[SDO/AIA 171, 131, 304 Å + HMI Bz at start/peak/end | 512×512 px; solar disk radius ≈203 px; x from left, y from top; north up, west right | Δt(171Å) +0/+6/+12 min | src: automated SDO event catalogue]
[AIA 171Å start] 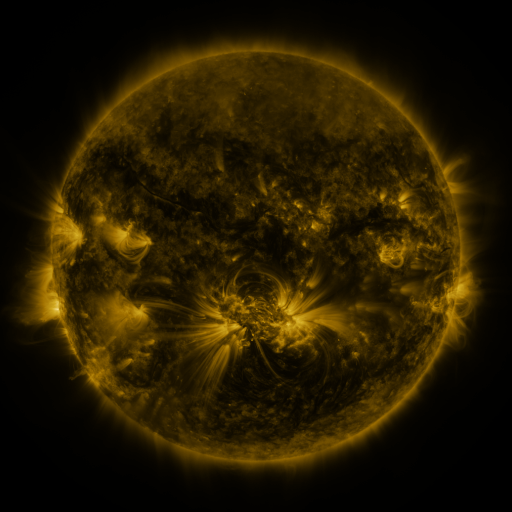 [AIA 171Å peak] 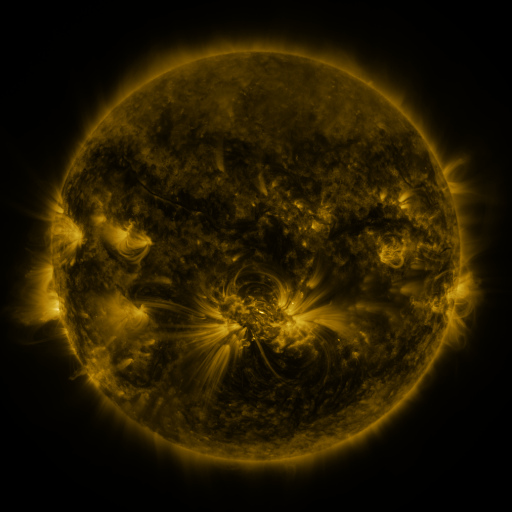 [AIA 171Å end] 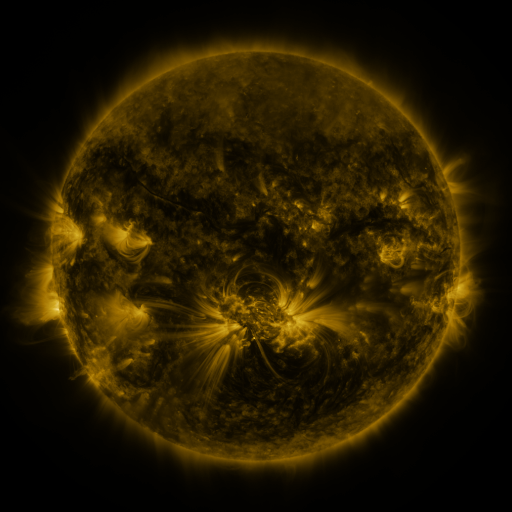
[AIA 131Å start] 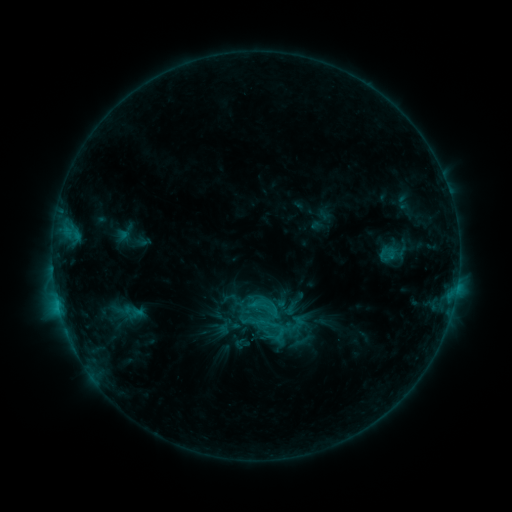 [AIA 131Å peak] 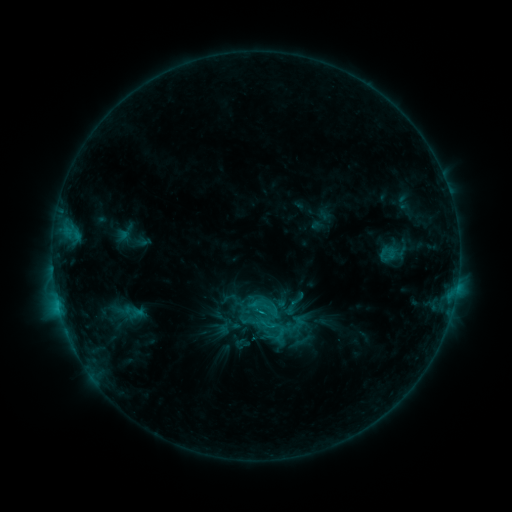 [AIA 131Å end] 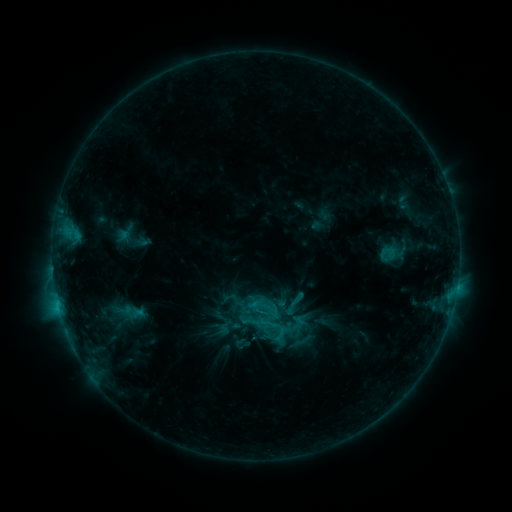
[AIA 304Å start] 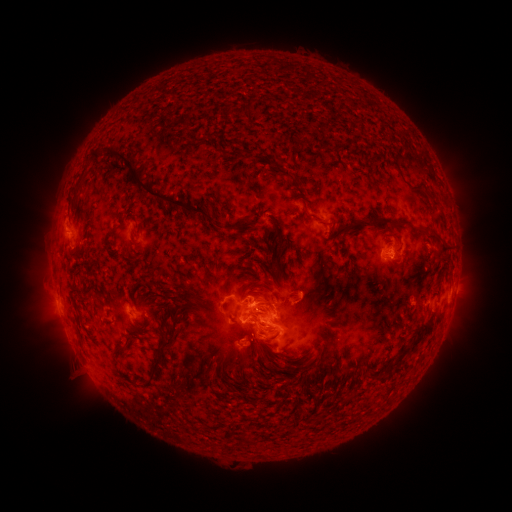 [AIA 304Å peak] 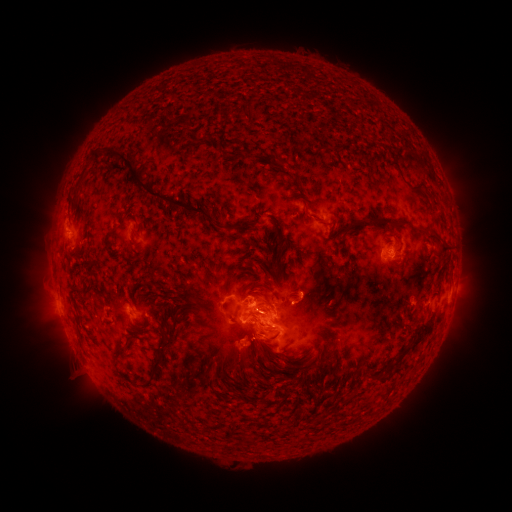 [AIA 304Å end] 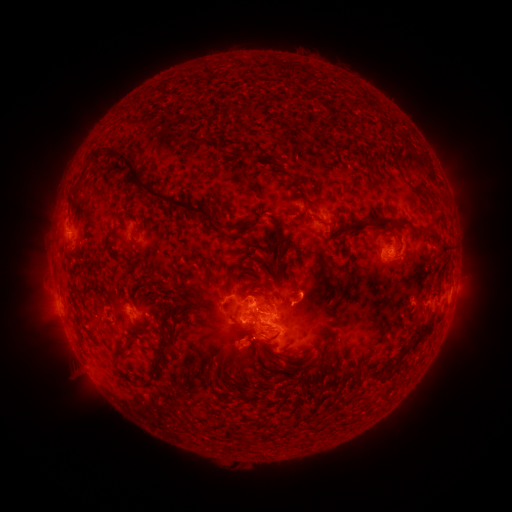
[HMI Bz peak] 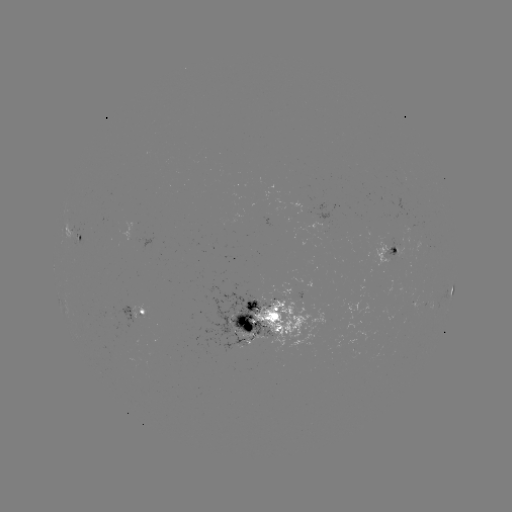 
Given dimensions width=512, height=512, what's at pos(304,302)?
eruption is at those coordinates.